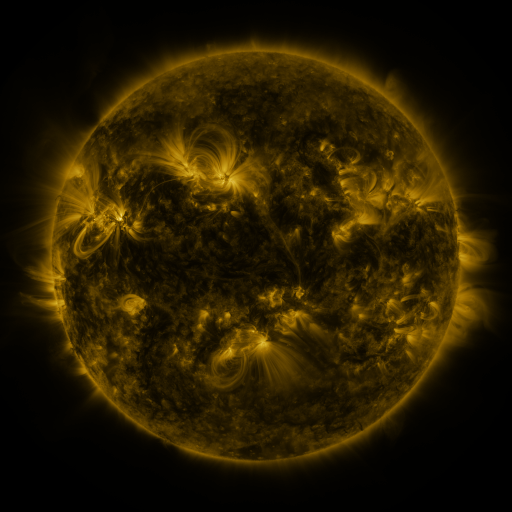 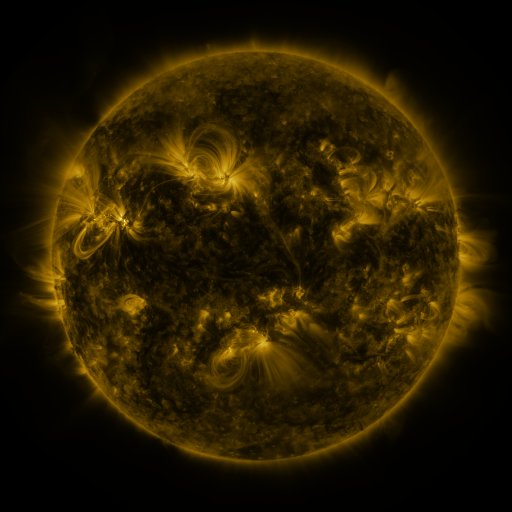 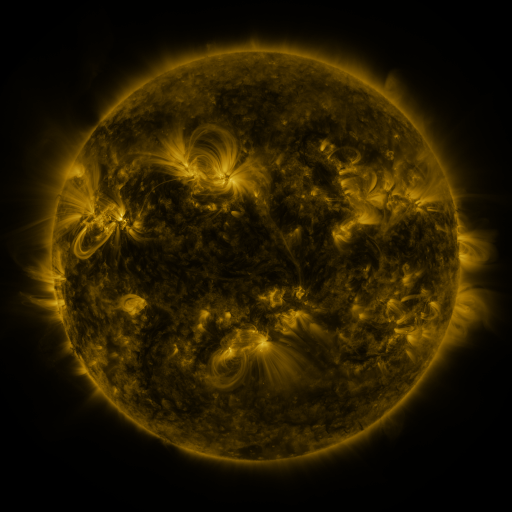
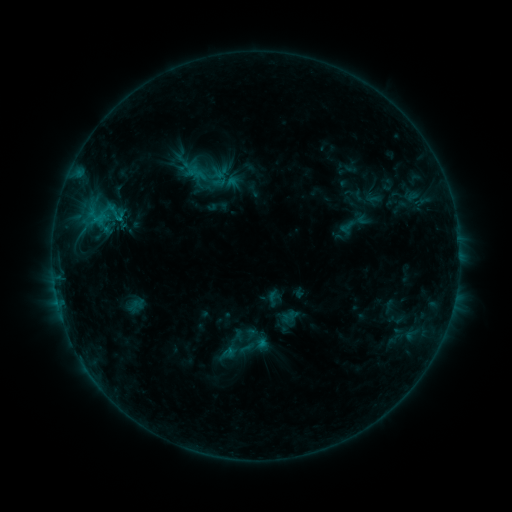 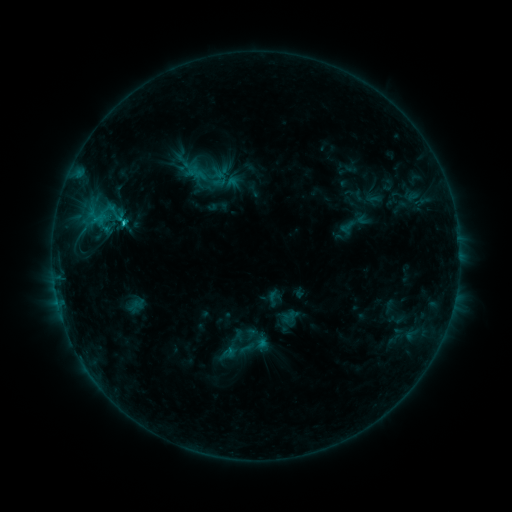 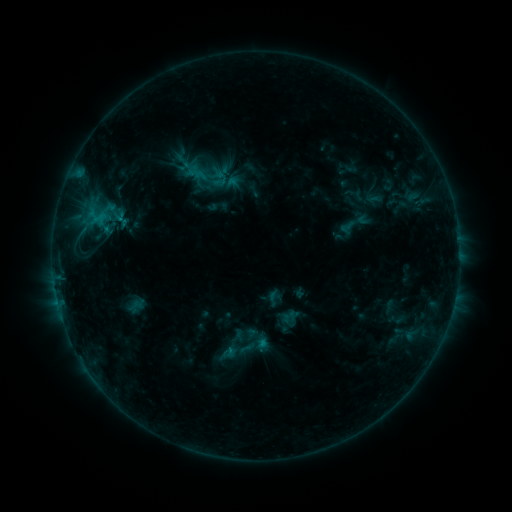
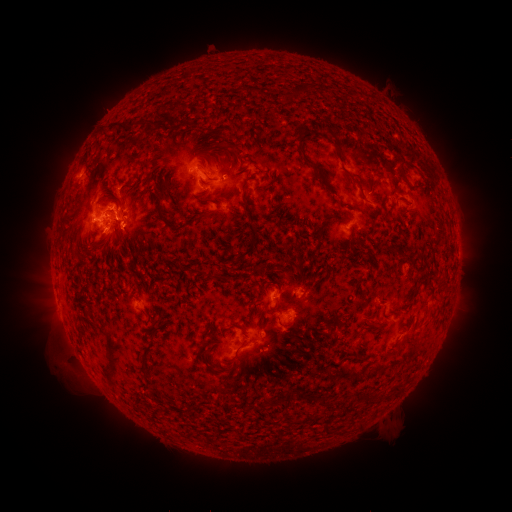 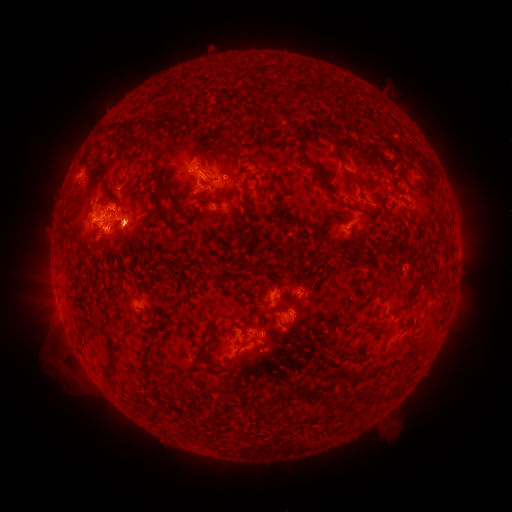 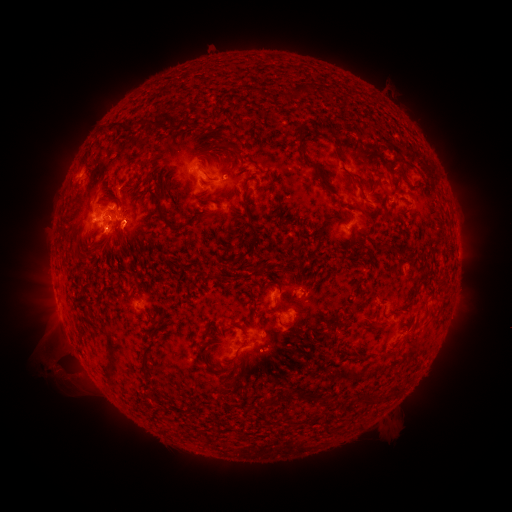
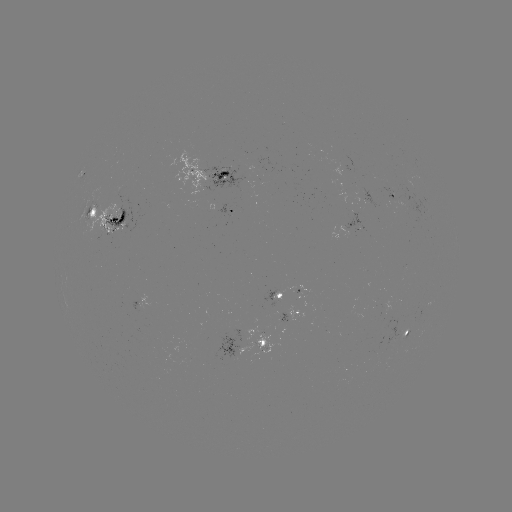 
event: flare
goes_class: C1.4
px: (125, 223)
